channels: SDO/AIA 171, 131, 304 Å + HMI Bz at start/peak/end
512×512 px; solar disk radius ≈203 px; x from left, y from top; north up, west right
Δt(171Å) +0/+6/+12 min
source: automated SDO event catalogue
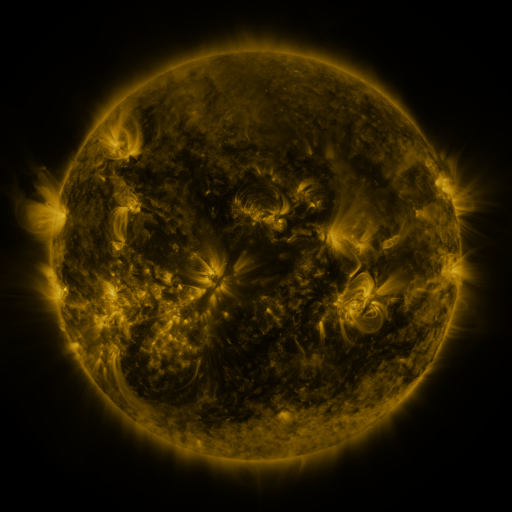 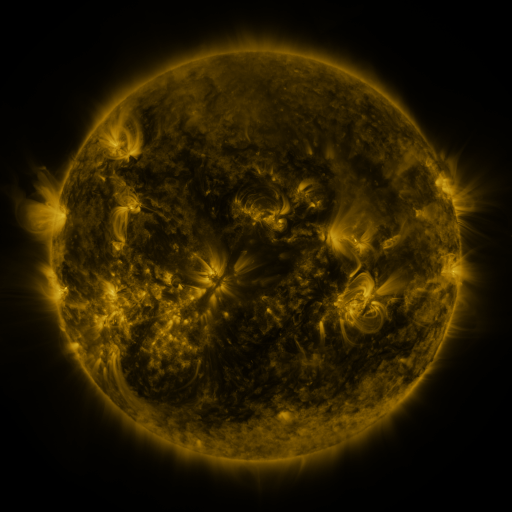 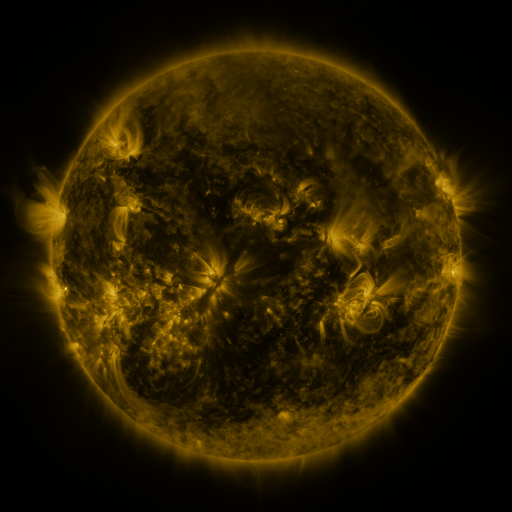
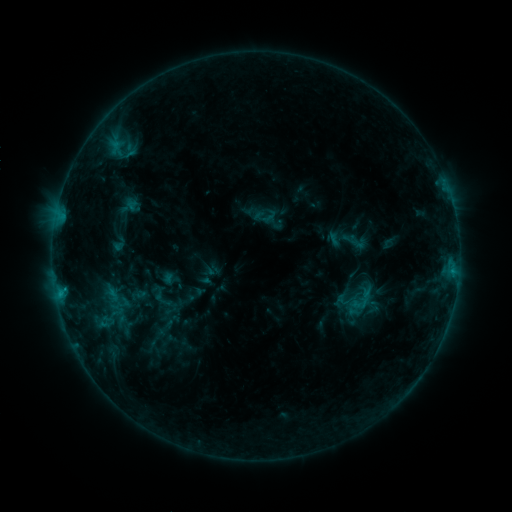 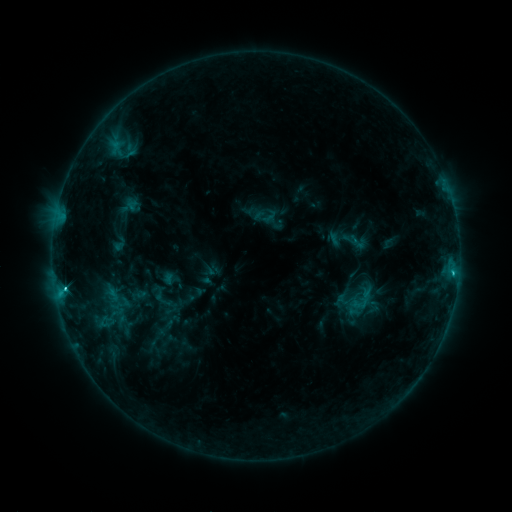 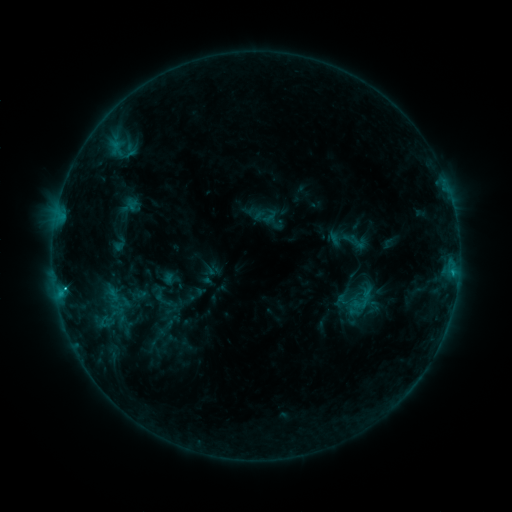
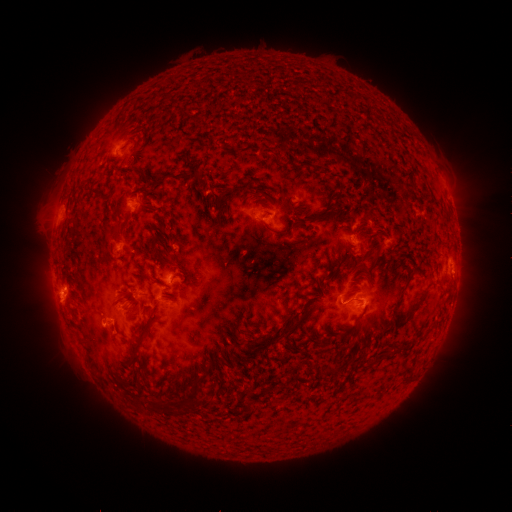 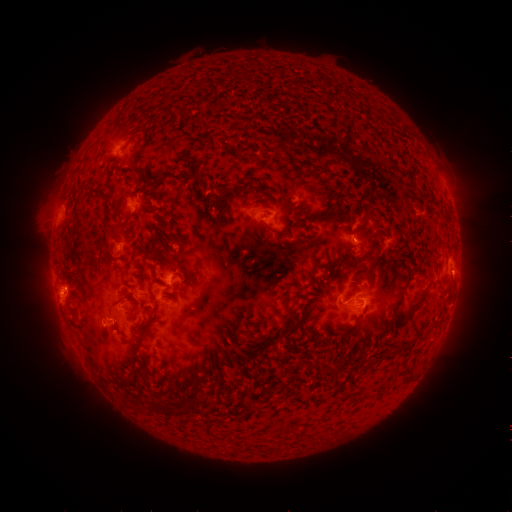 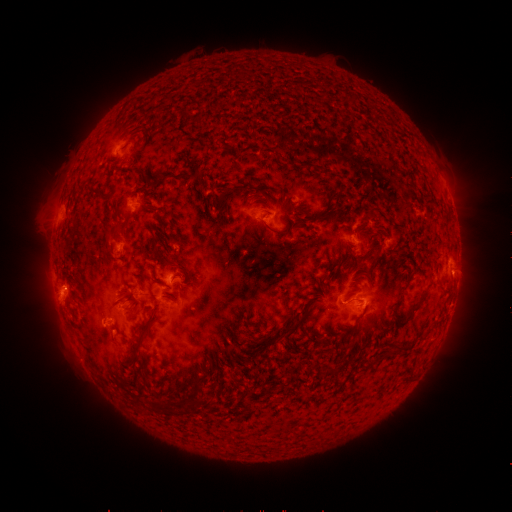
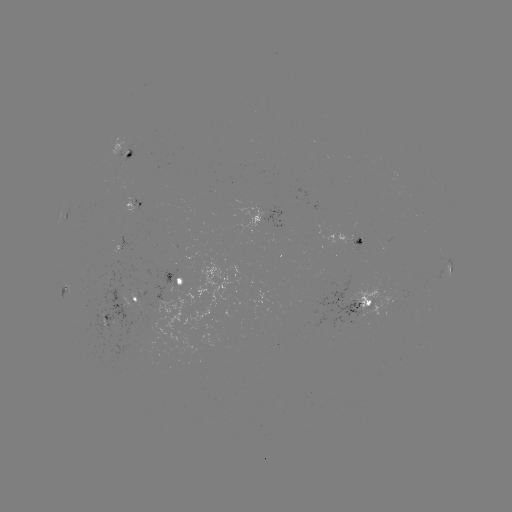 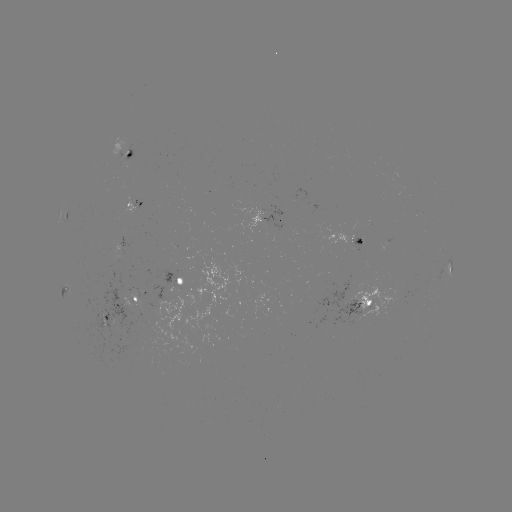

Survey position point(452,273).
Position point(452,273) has C2.1 flare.